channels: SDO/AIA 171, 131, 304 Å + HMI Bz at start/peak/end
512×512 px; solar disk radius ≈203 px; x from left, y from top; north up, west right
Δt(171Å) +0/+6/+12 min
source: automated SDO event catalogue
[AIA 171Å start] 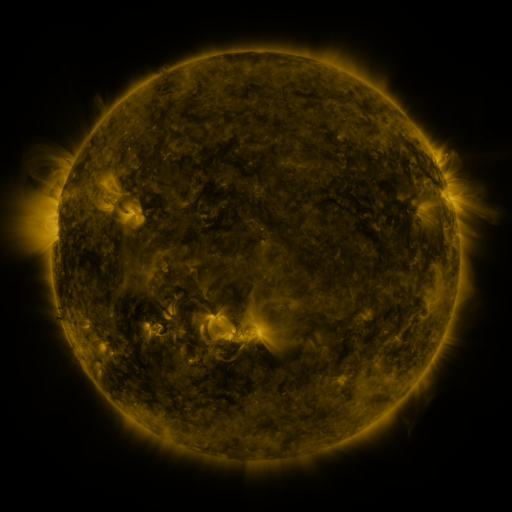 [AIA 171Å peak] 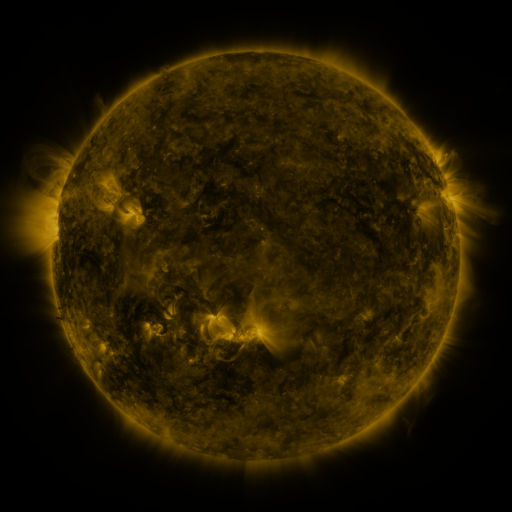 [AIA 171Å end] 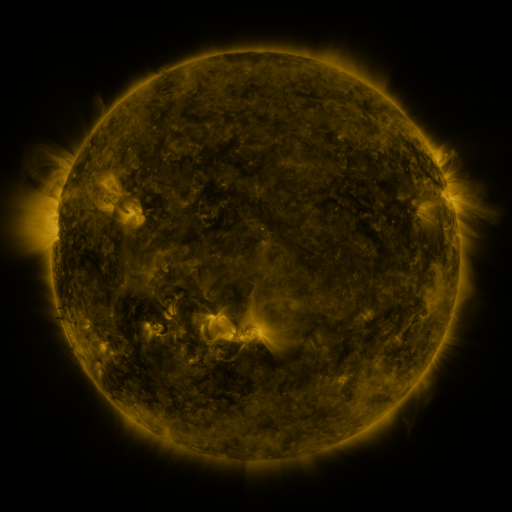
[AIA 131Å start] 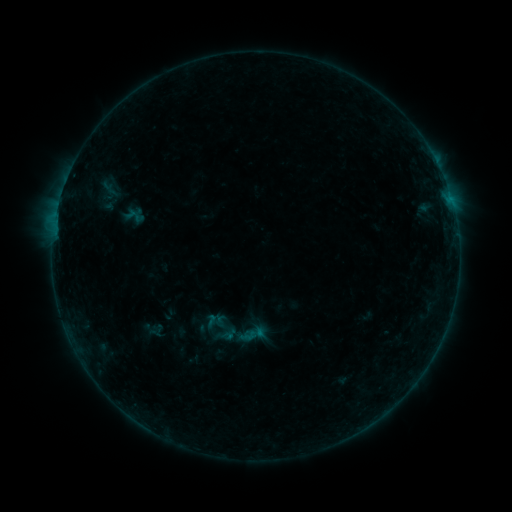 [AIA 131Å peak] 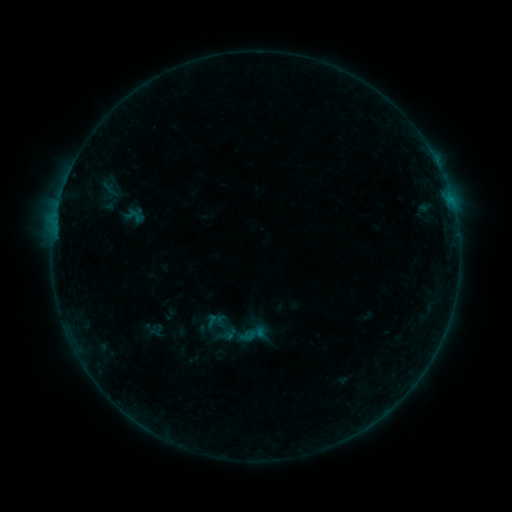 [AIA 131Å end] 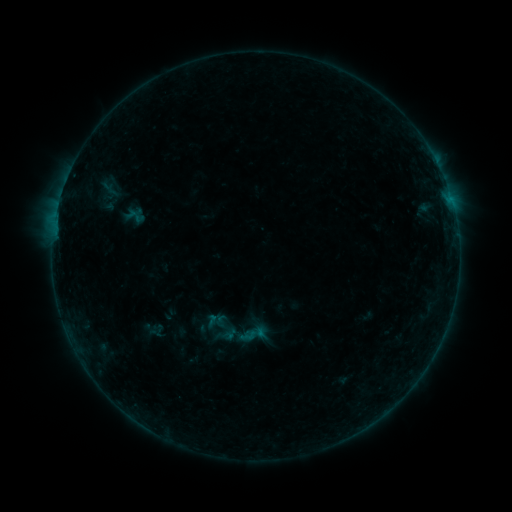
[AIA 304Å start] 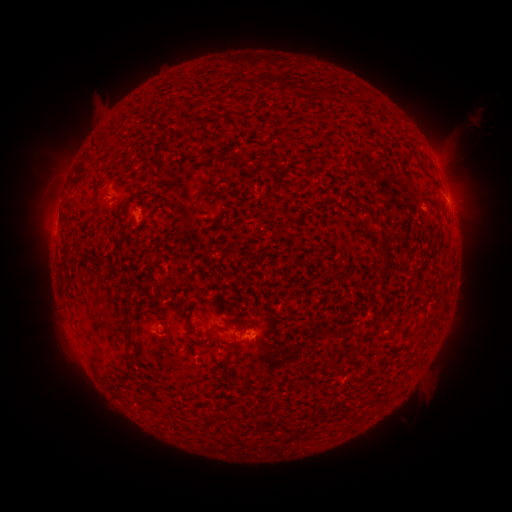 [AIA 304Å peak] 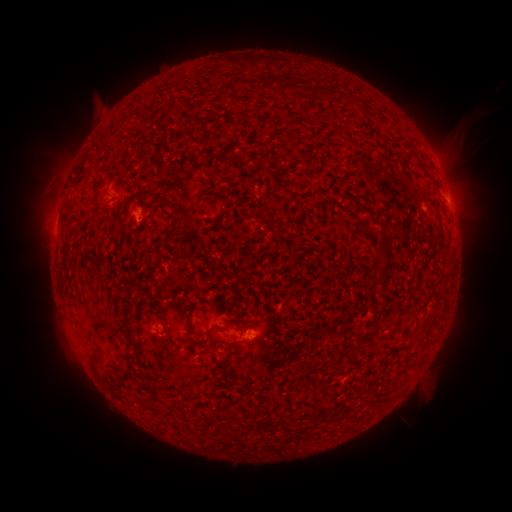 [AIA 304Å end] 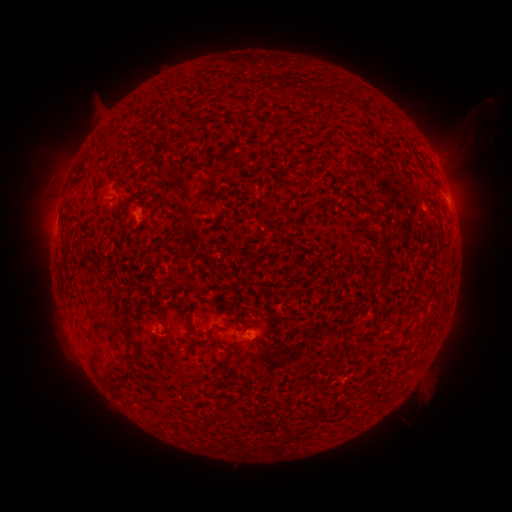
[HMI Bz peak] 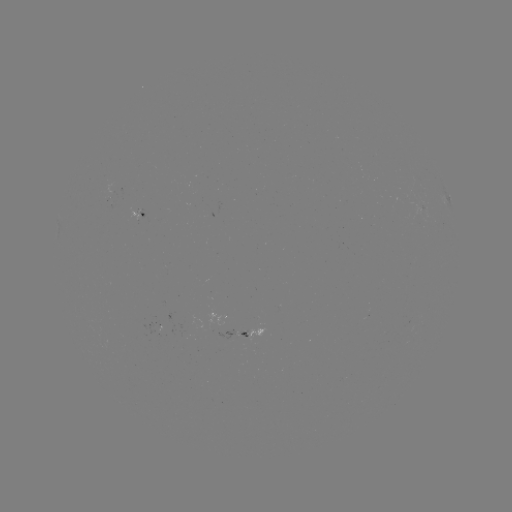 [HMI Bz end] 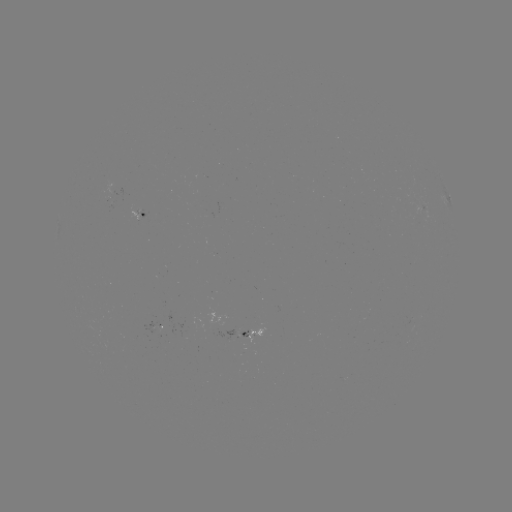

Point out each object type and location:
eruption: (470, 131)
